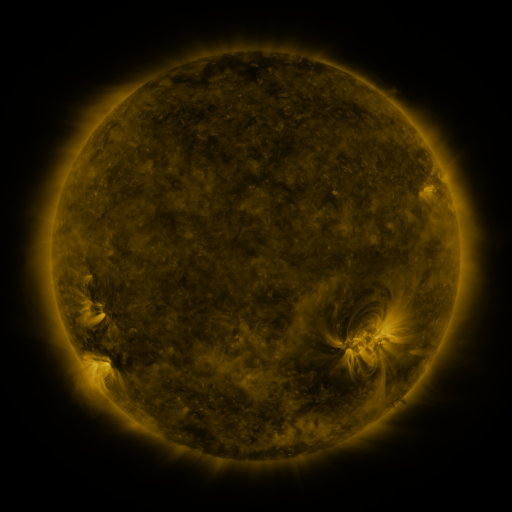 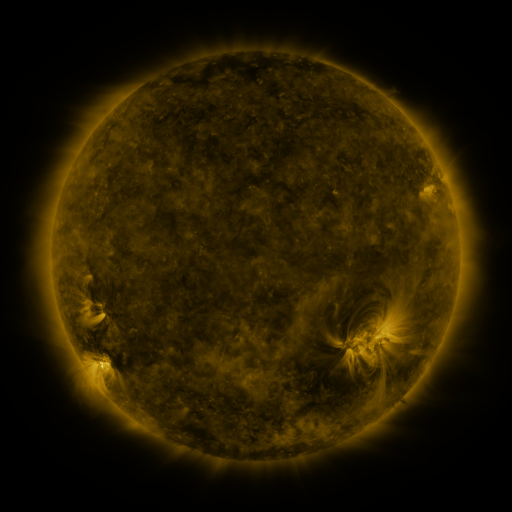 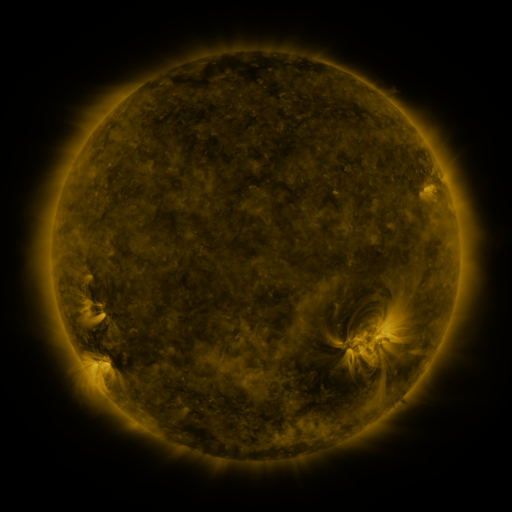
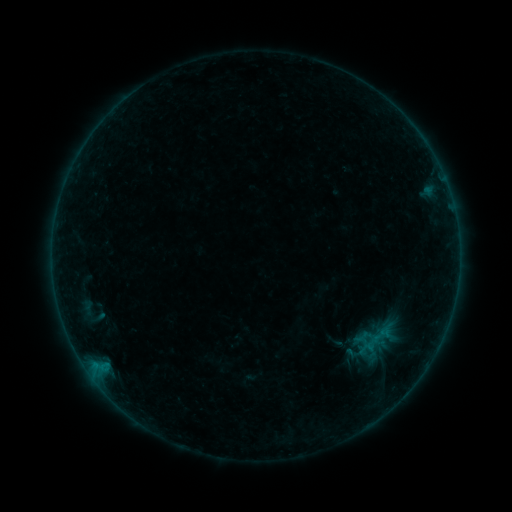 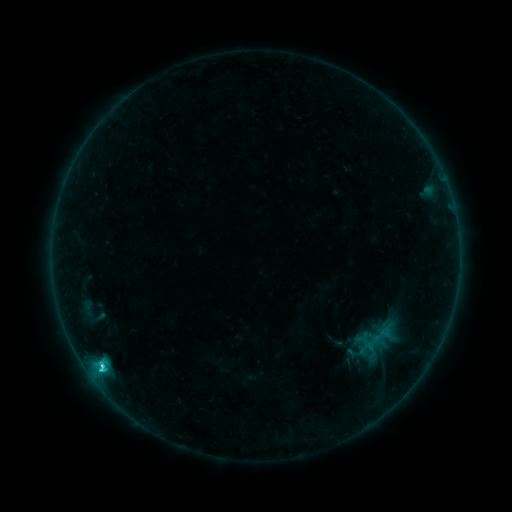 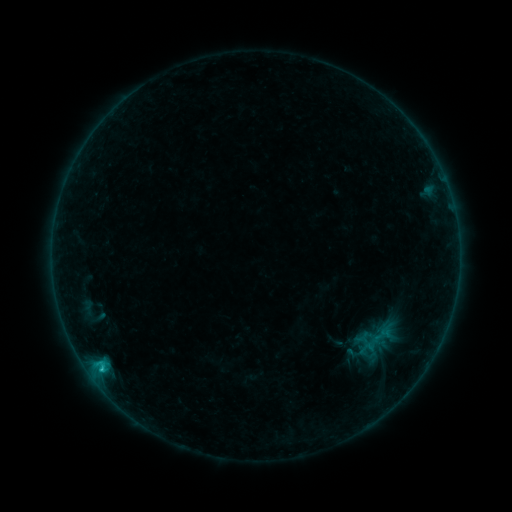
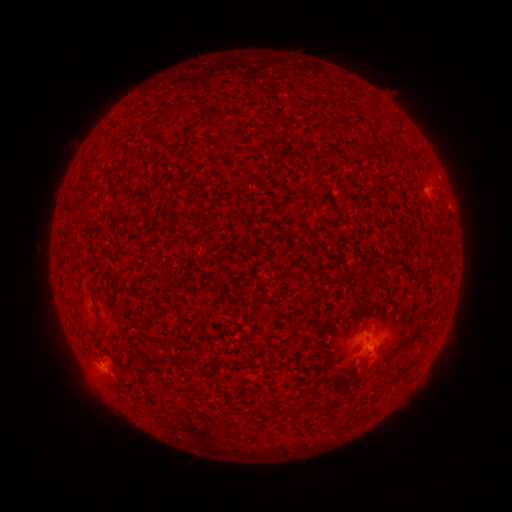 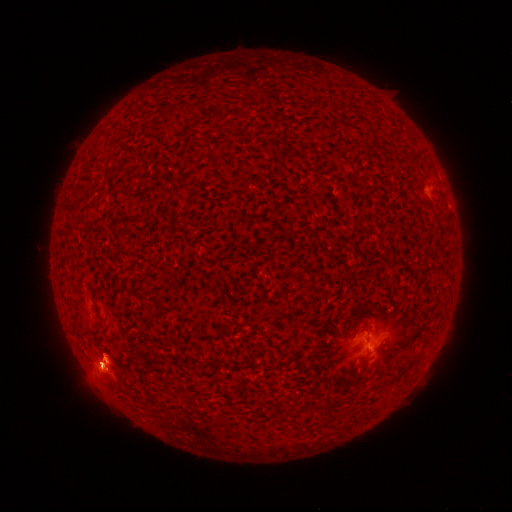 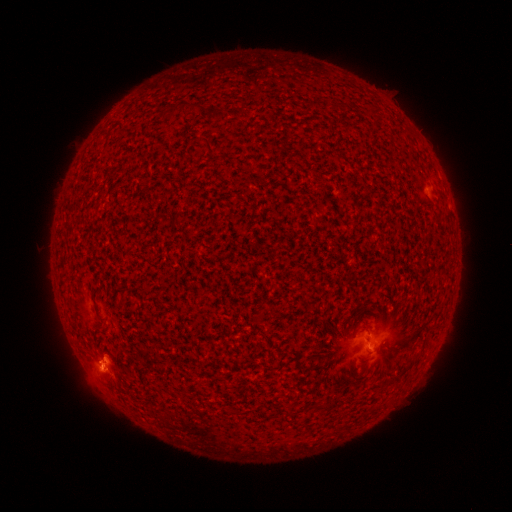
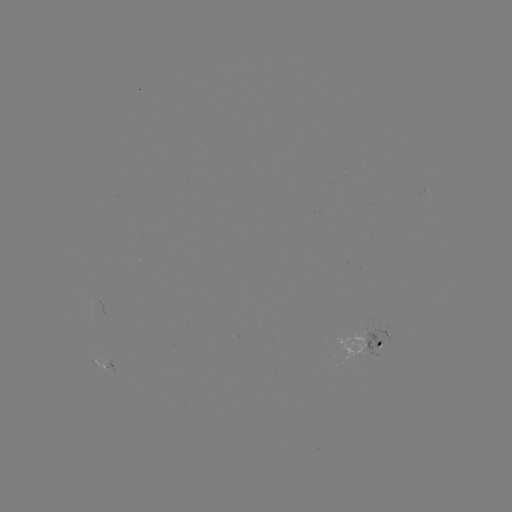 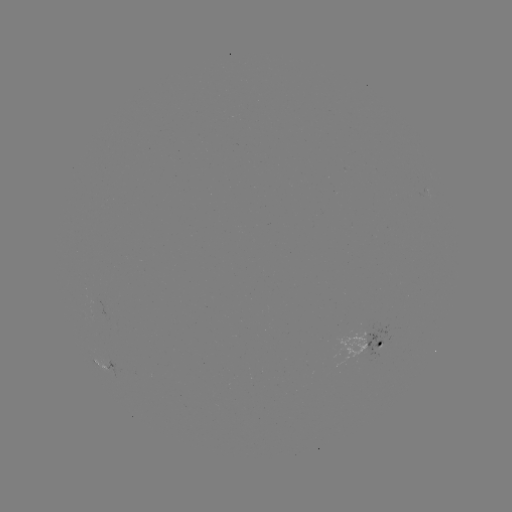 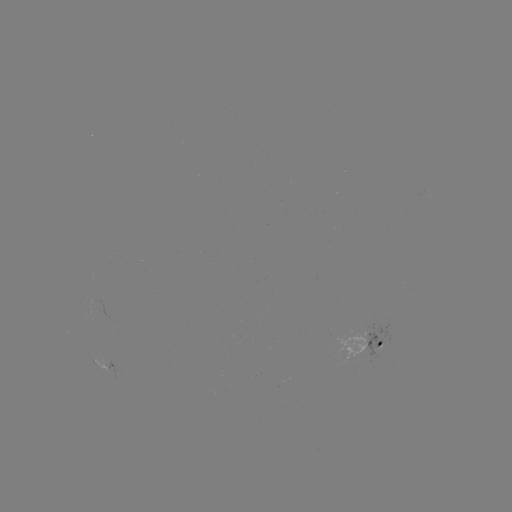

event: flare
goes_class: C2.5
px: (101, 365)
